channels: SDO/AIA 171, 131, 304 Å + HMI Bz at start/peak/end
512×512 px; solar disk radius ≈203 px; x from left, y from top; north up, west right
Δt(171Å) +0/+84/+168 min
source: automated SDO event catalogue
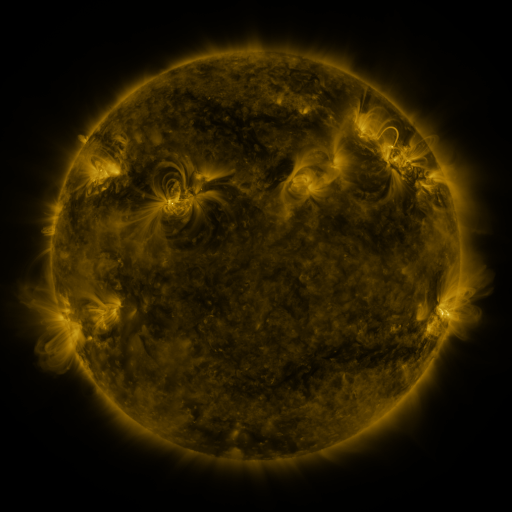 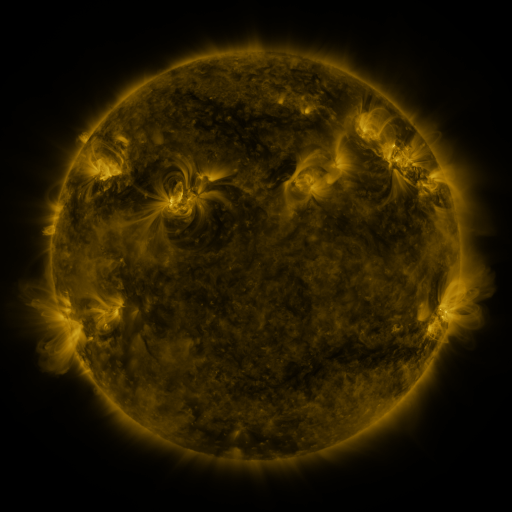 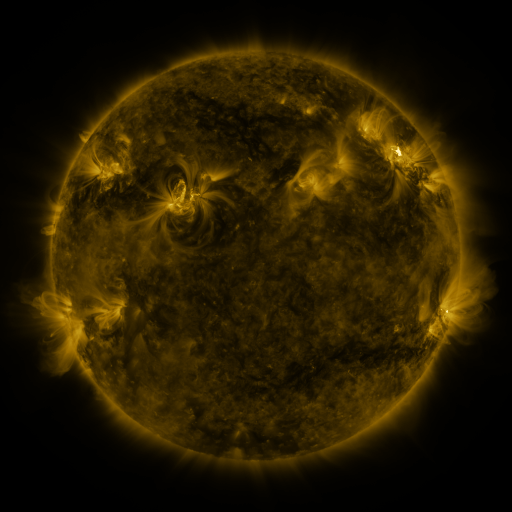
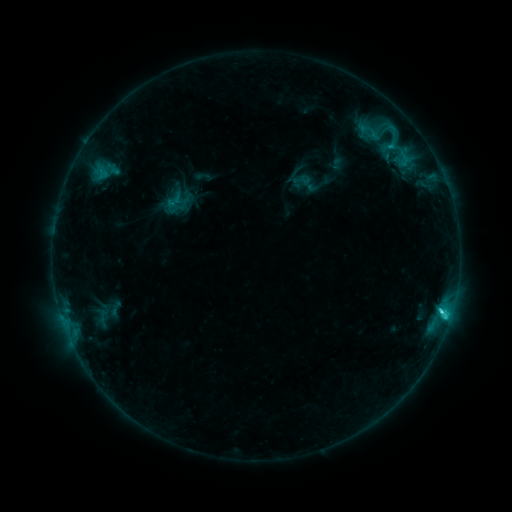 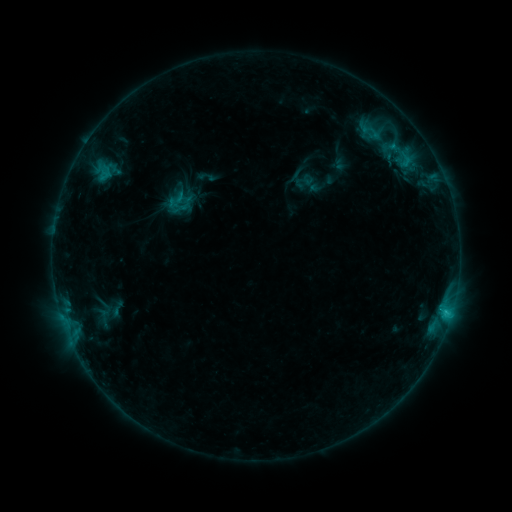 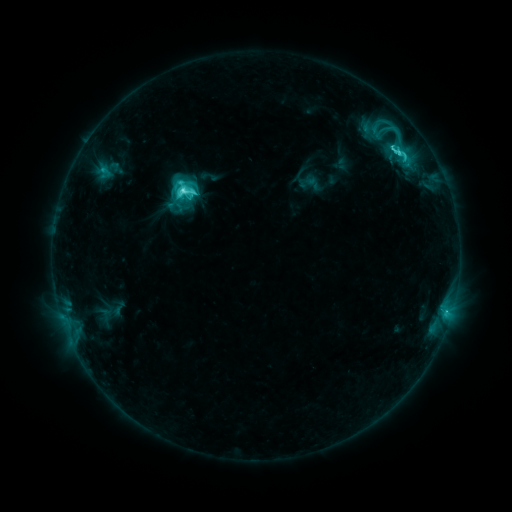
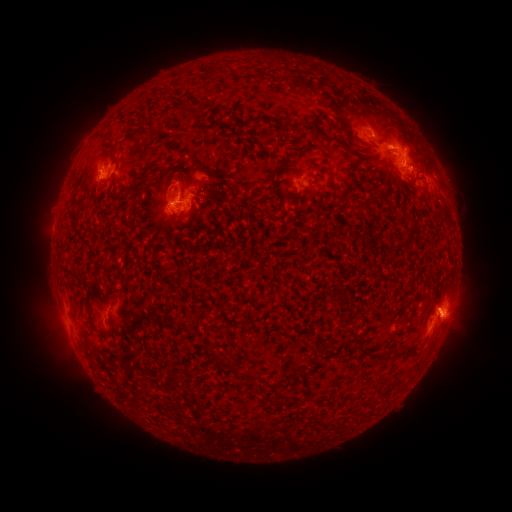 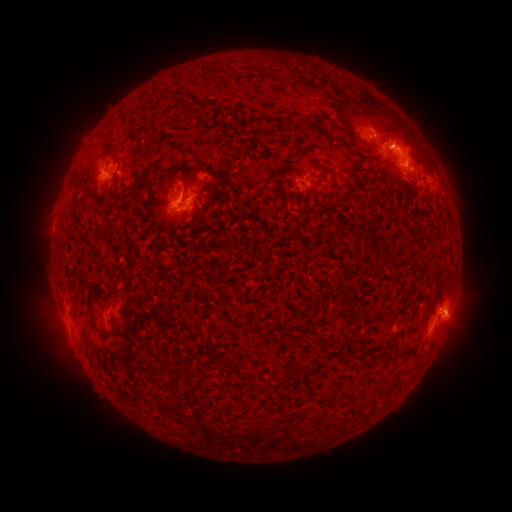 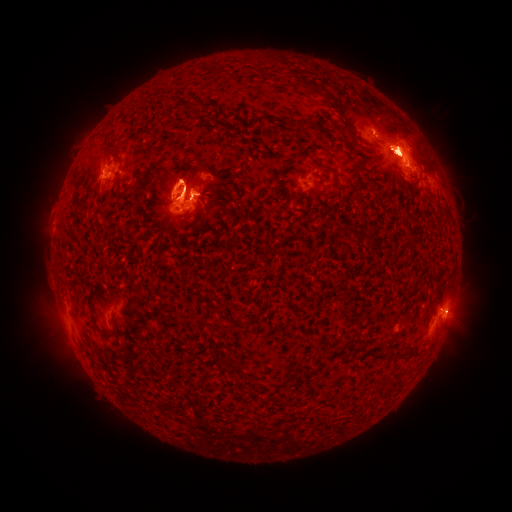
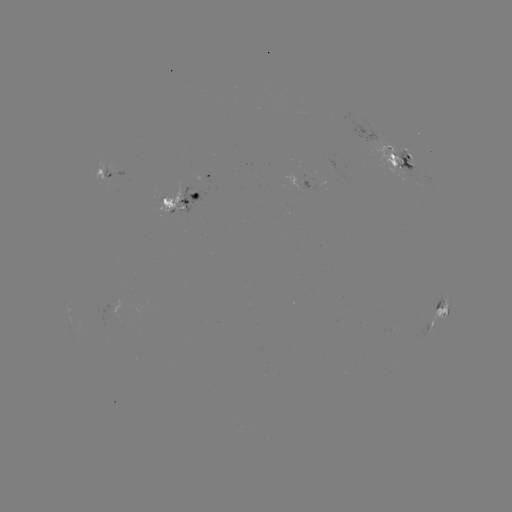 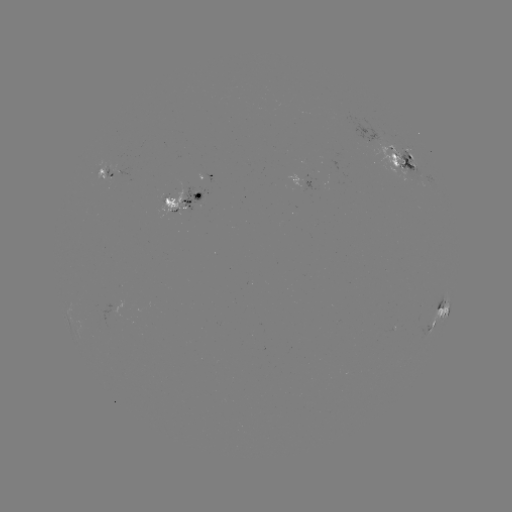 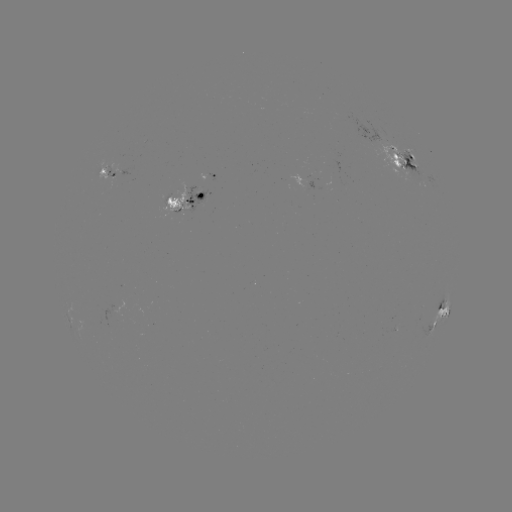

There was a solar emerging-flux region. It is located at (180, 198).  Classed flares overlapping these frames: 1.